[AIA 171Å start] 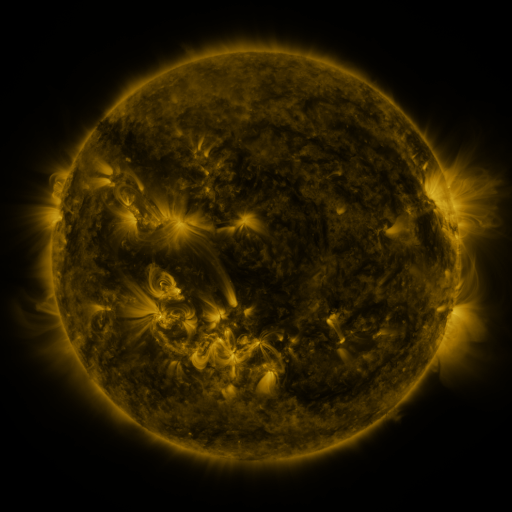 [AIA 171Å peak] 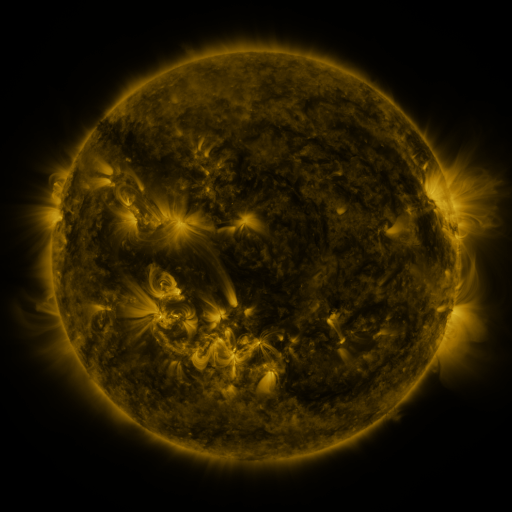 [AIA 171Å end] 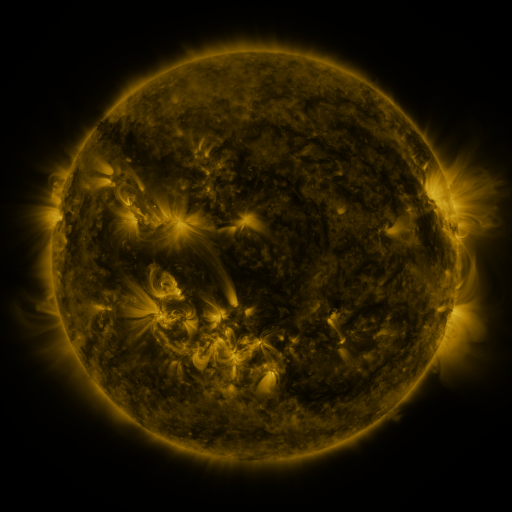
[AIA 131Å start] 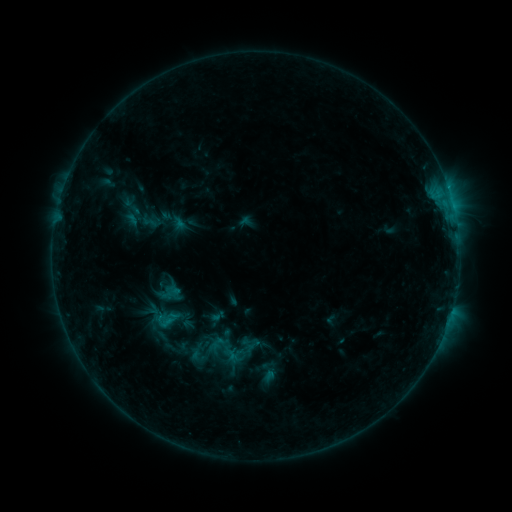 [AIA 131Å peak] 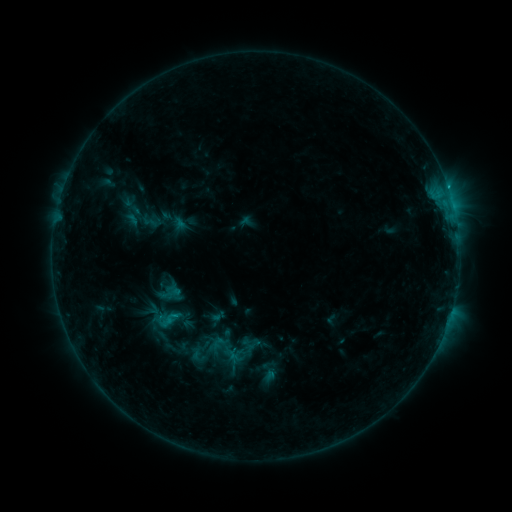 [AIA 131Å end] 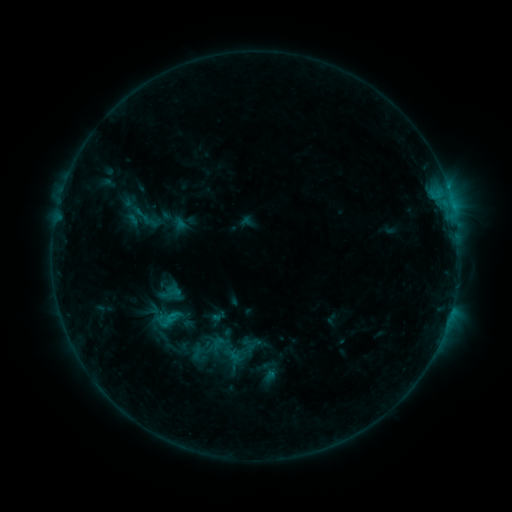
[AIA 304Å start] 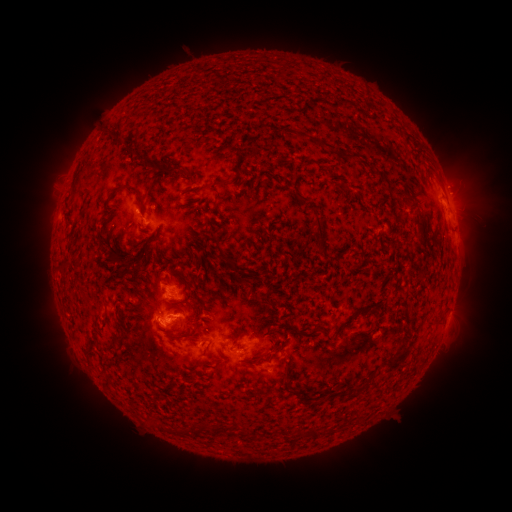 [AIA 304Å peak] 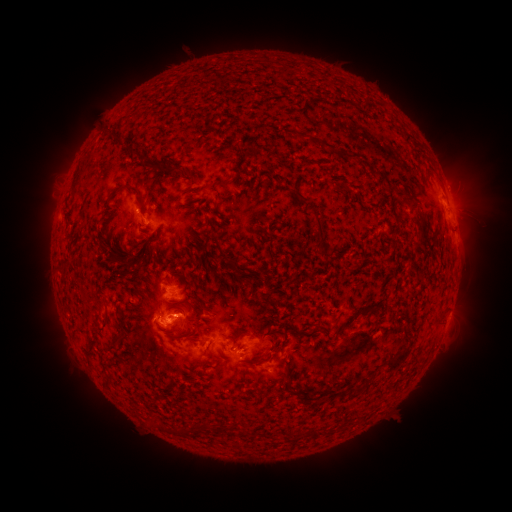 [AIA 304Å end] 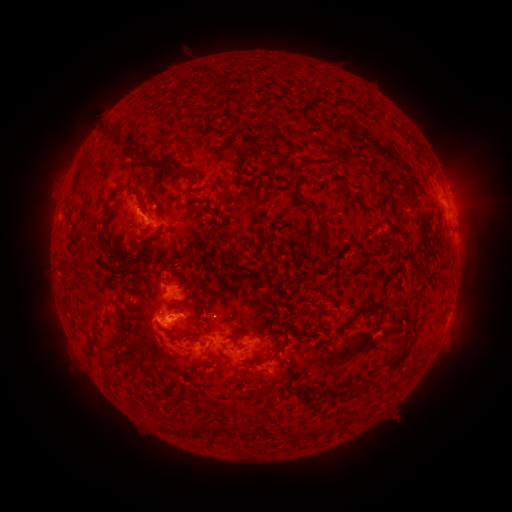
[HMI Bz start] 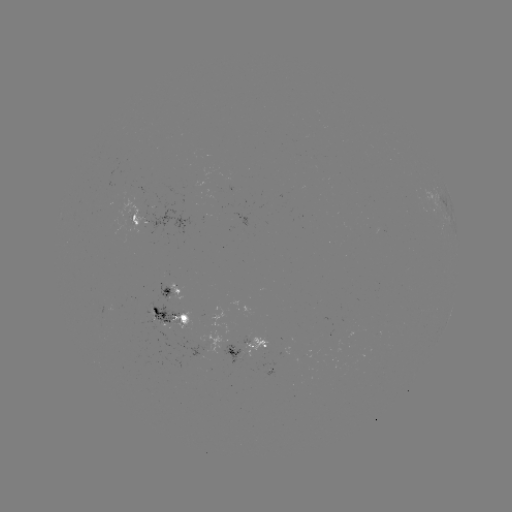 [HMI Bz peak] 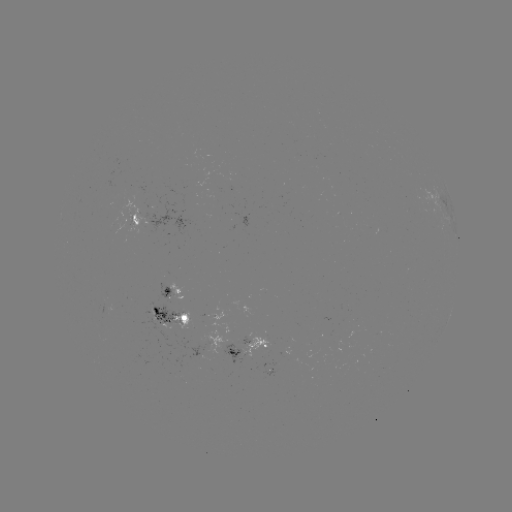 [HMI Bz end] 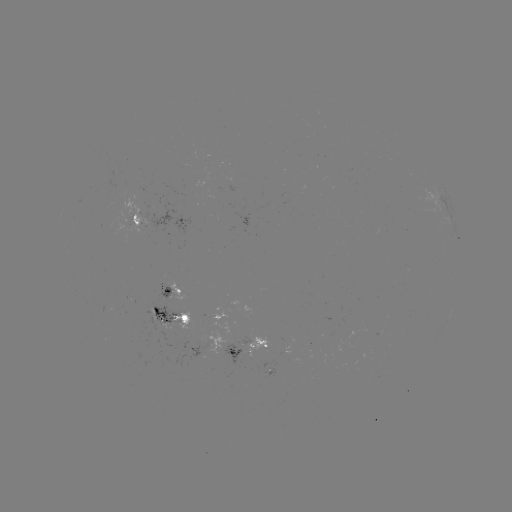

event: flare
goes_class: C1.2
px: (448, 189)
